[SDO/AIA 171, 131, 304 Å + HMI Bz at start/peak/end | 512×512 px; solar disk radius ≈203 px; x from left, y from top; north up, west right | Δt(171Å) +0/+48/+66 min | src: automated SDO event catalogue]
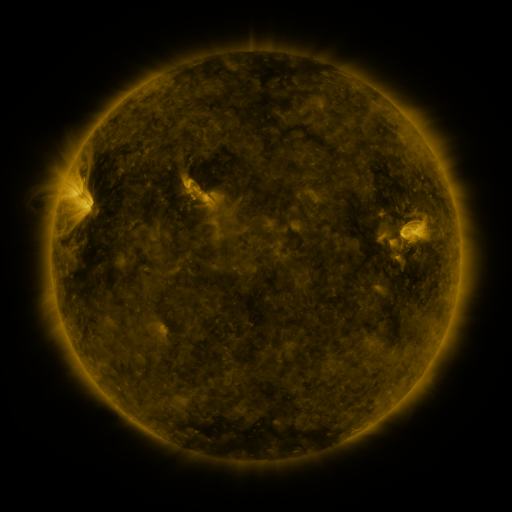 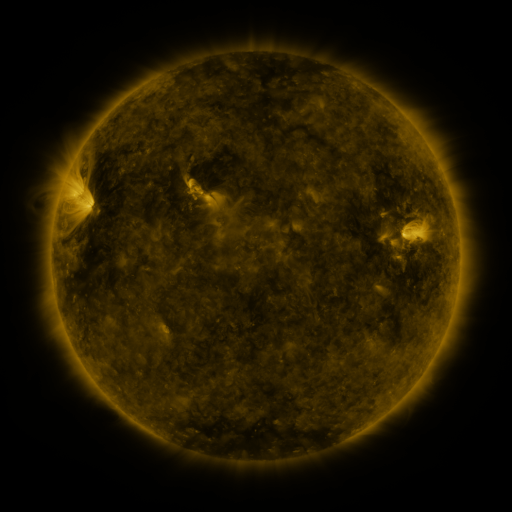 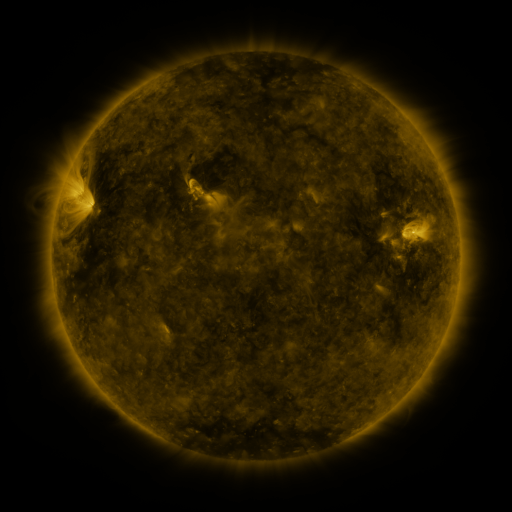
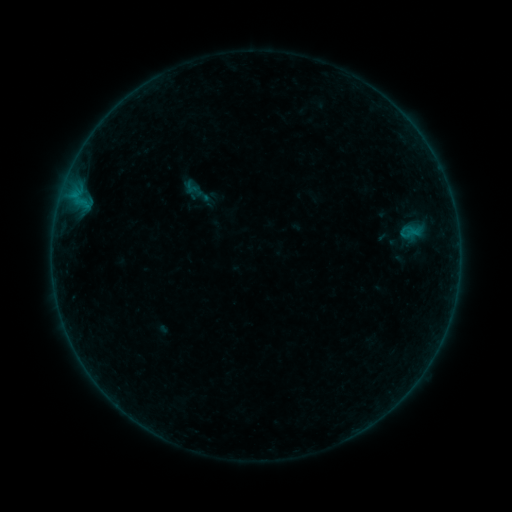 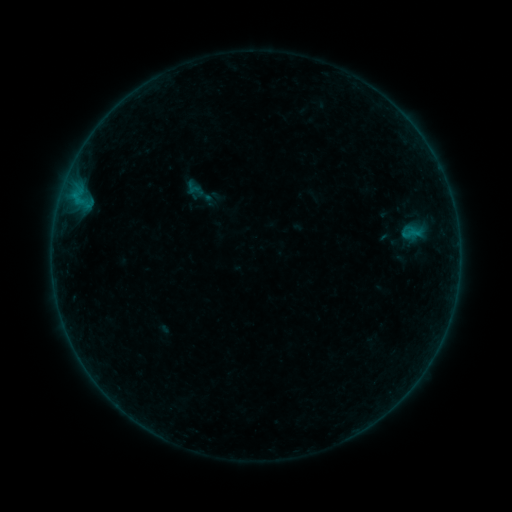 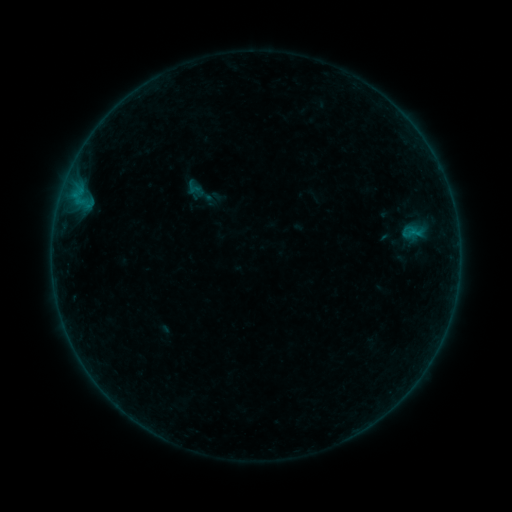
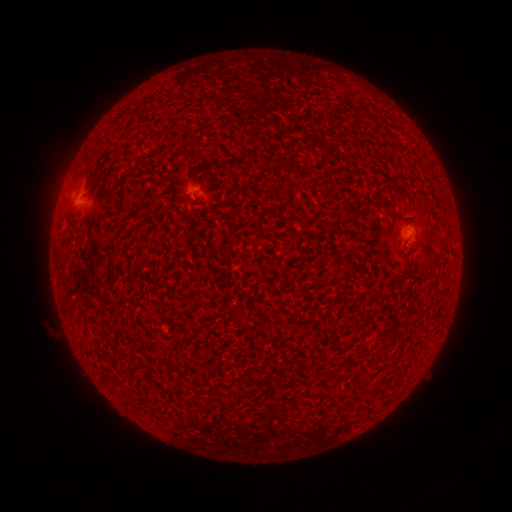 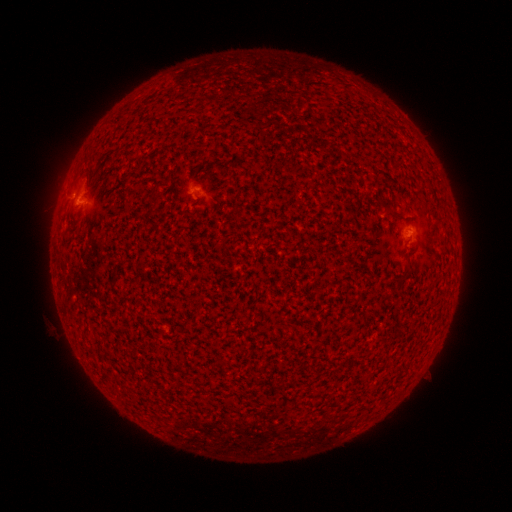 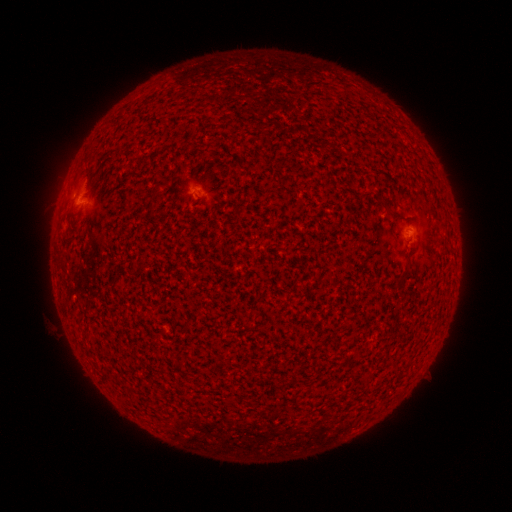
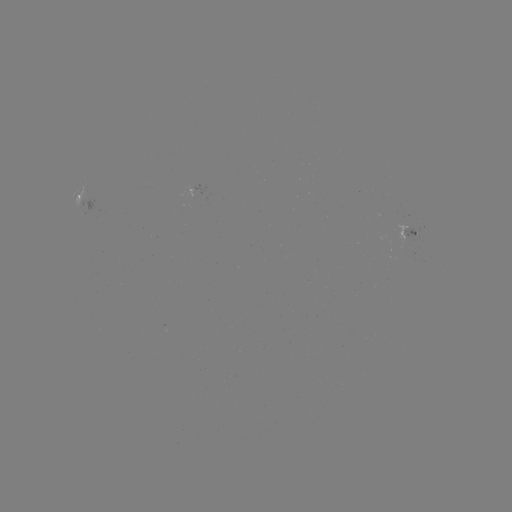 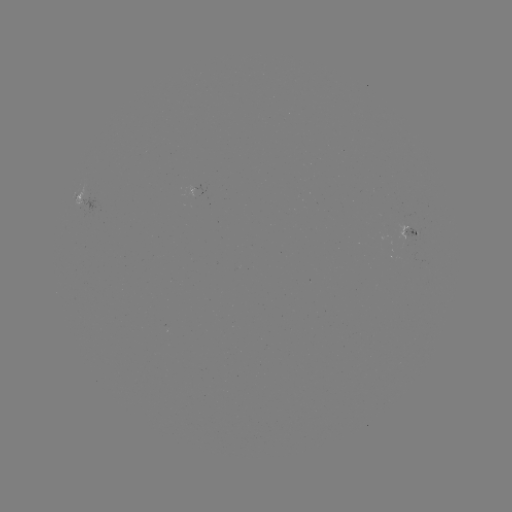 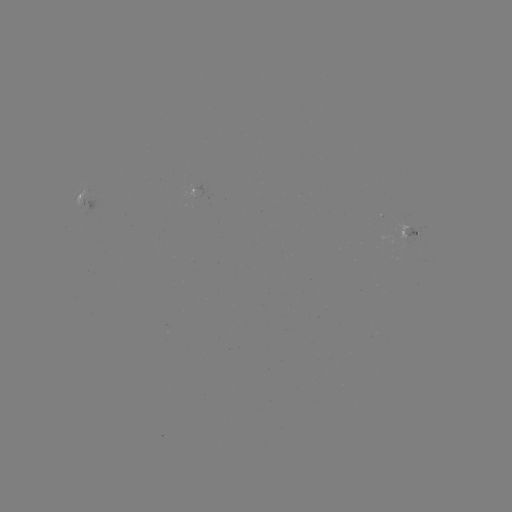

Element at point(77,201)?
B1.2 flare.